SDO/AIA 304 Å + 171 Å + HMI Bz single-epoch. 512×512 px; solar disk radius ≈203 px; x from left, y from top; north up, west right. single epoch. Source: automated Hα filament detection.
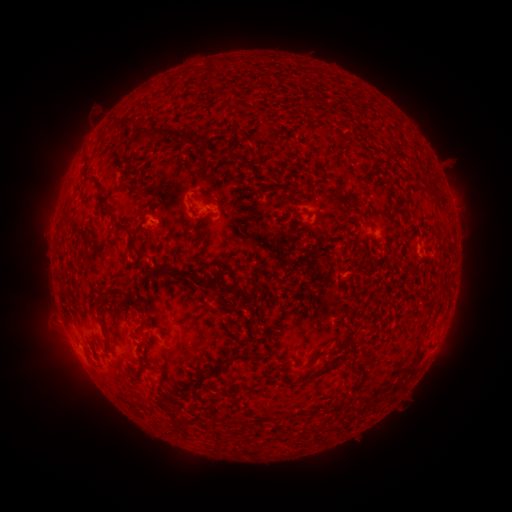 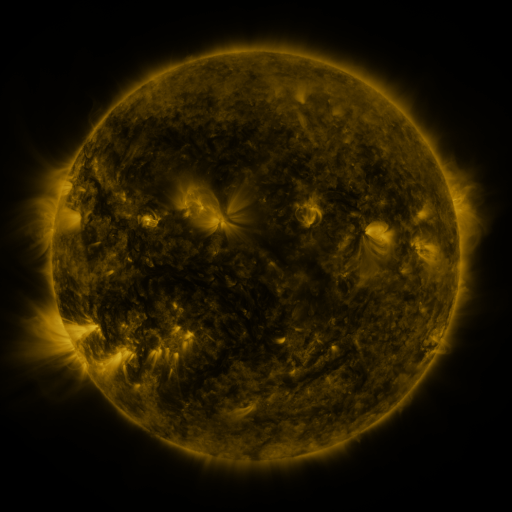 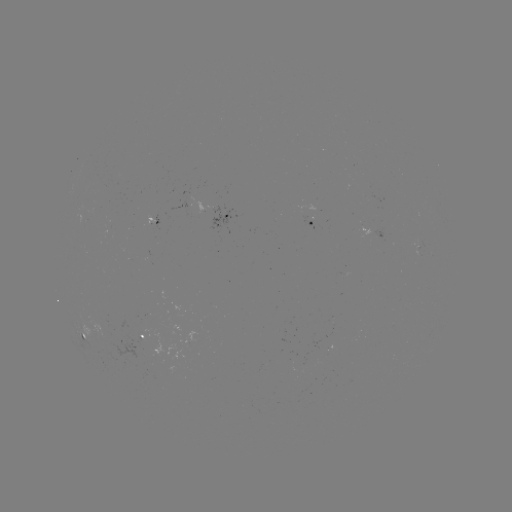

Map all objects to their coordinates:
filament: (125, 124)
filament: (138, 124)
filament: (166, 132)
filament: (219, 156)
filament: (85, 170)
filament: (432, 189)
filament: (328, 196)
filament: (206, 197)
filament: (356, 201)
filament: (208, 215)
filament: (358, 217)
filament: (120, 228)
filament: (133, 247)
filament: (394, 257)
filament: (190, 275)
filament: (230, 287)
filament: (99, 301)
filament: (137, 305)
filament: (233, 358)
filament: (337, 359)
filament: (313, 361)
filament: (354, 362)
filament: (162, 374)
filament: (197, 384)
filament: (175, 413)
